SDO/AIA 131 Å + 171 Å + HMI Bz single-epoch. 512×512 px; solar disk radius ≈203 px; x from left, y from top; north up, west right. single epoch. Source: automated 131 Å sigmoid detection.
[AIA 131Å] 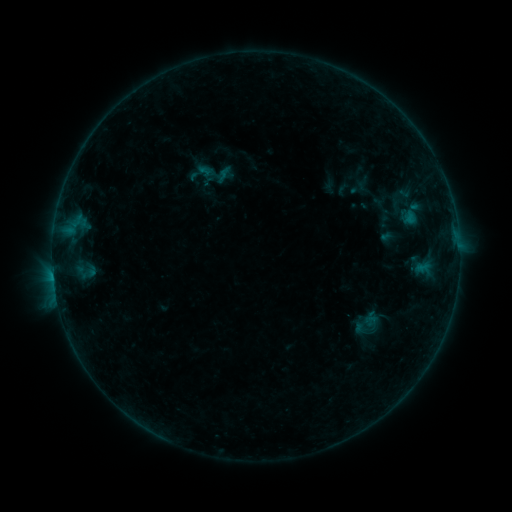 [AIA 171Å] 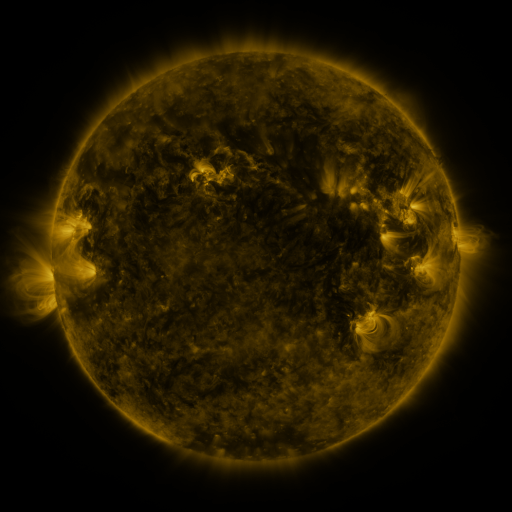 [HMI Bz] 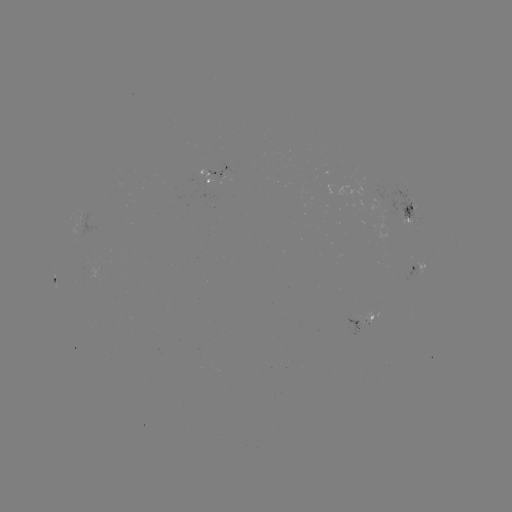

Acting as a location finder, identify sigmoid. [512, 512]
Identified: [368, 324].